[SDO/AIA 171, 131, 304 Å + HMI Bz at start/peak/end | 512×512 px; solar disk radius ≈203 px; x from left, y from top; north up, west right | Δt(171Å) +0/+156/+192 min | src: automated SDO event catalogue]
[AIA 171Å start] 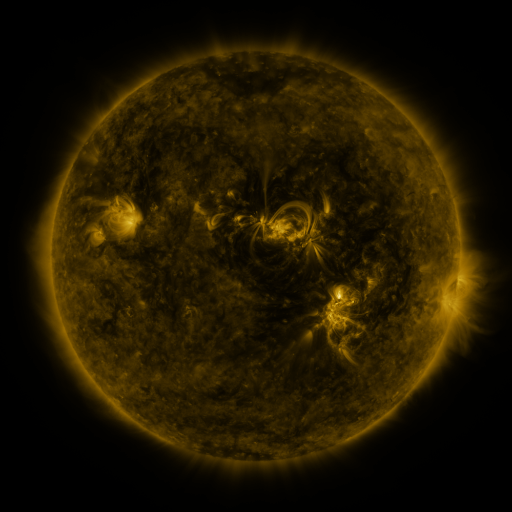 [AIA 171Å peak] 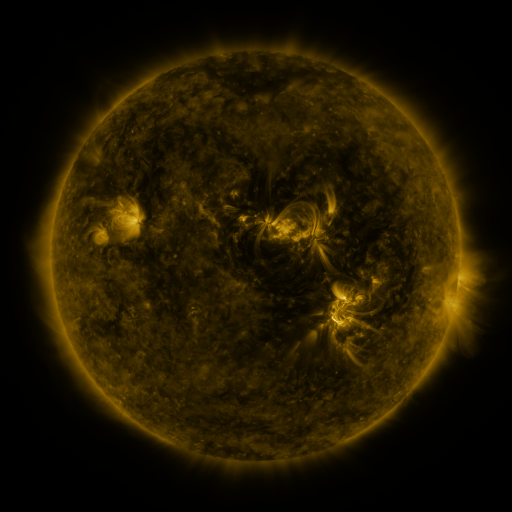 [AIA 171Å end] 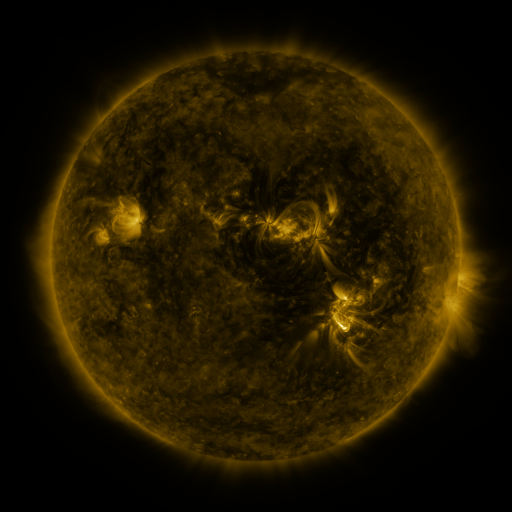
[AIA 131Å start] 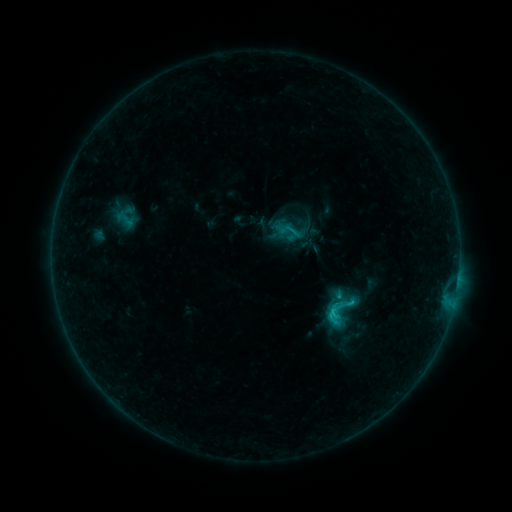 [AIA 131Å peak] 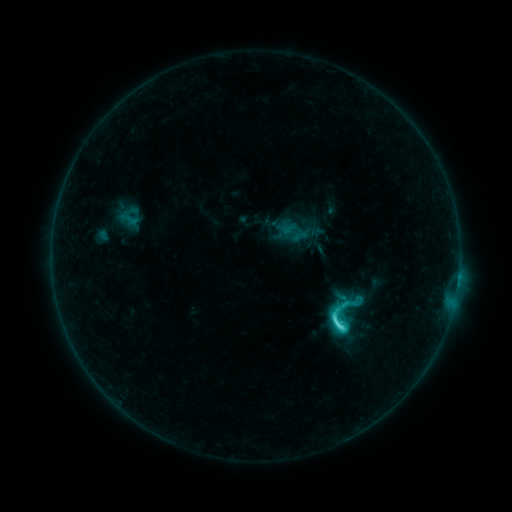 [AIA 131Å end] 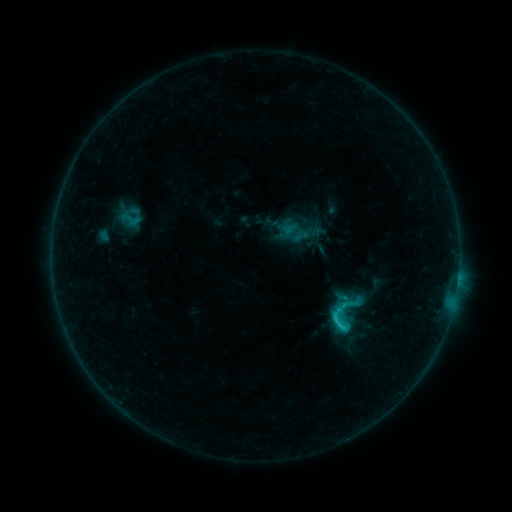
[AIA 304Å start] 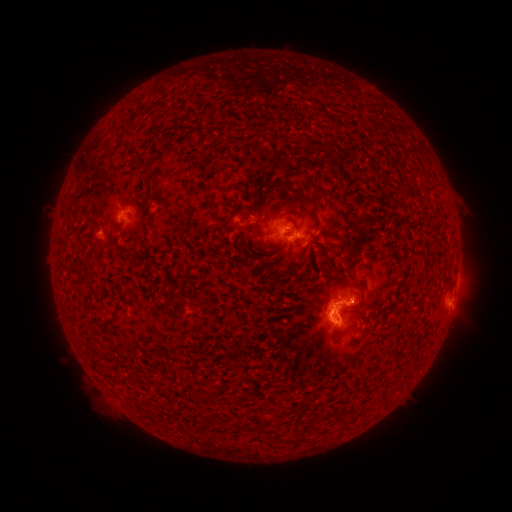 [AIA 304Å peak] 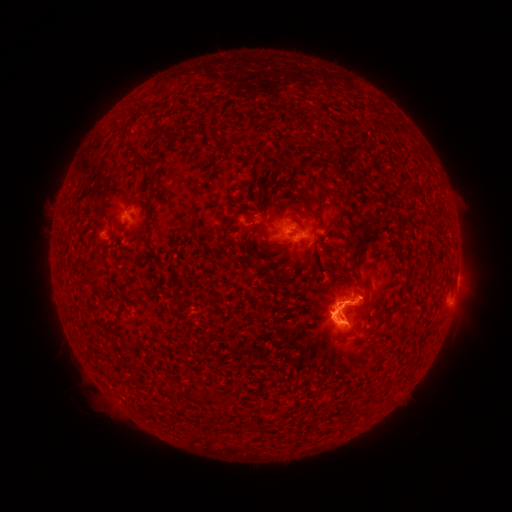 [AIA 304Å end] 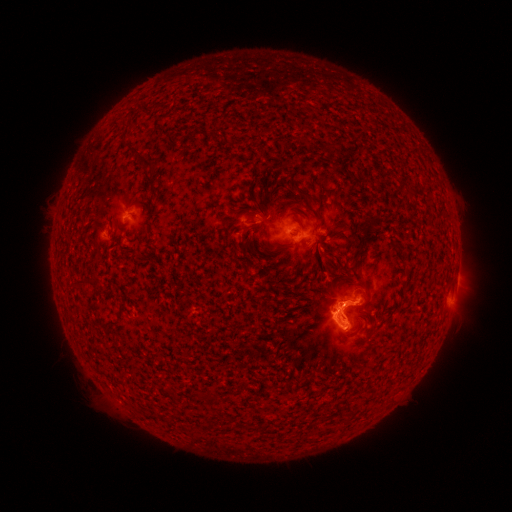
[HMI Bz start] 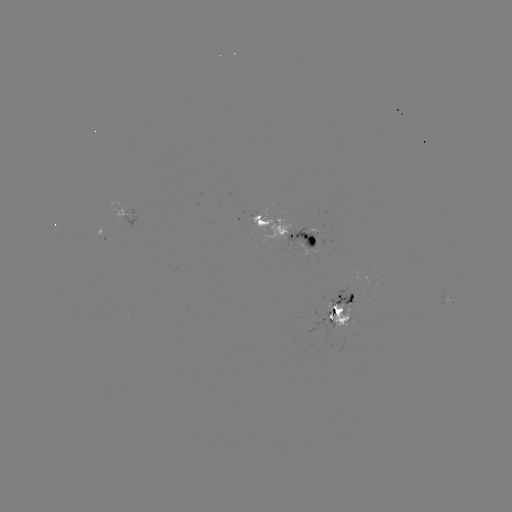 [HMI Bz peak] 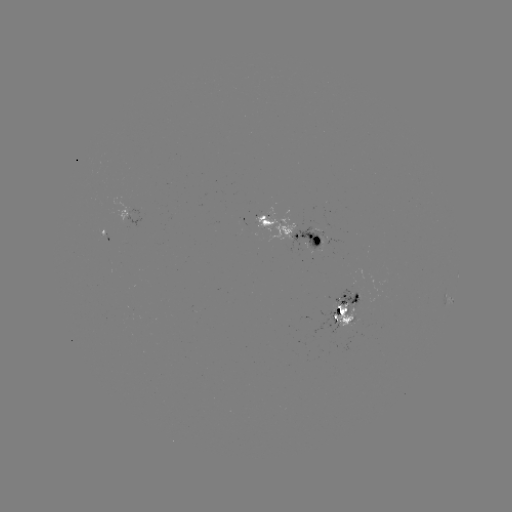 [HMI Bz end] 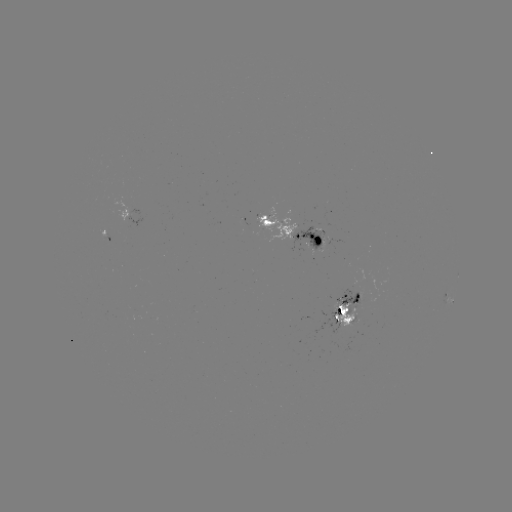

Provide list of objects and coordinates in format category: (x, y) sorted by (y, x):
emerging-flux region: (316, 241)
